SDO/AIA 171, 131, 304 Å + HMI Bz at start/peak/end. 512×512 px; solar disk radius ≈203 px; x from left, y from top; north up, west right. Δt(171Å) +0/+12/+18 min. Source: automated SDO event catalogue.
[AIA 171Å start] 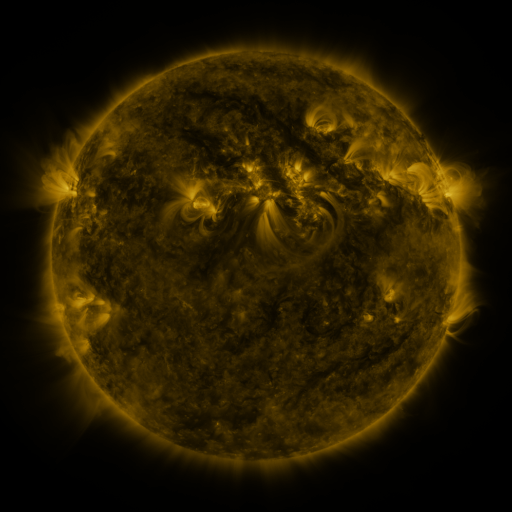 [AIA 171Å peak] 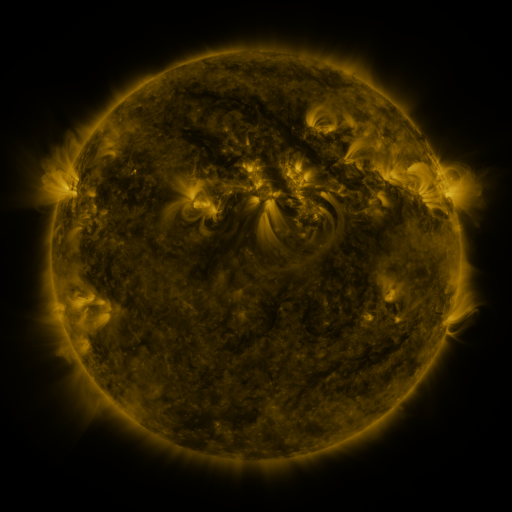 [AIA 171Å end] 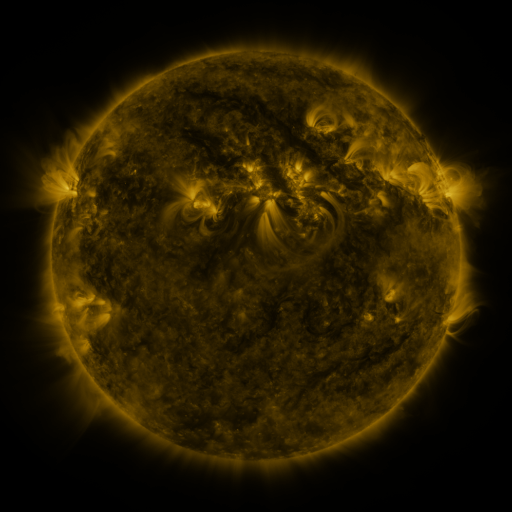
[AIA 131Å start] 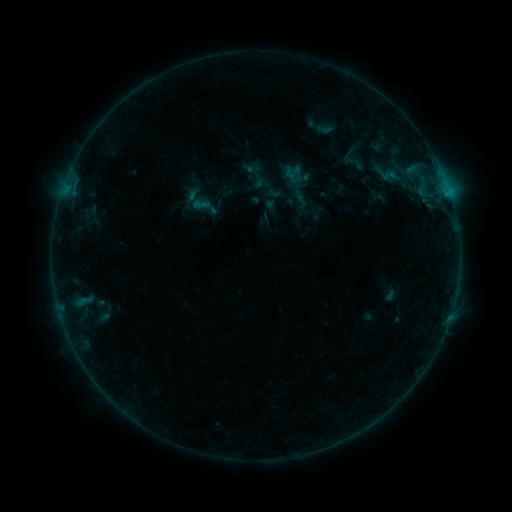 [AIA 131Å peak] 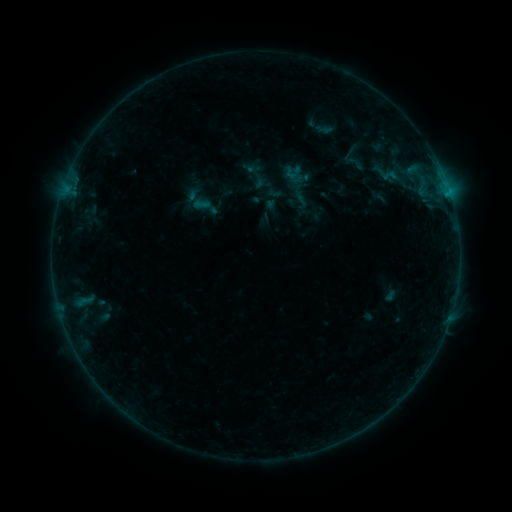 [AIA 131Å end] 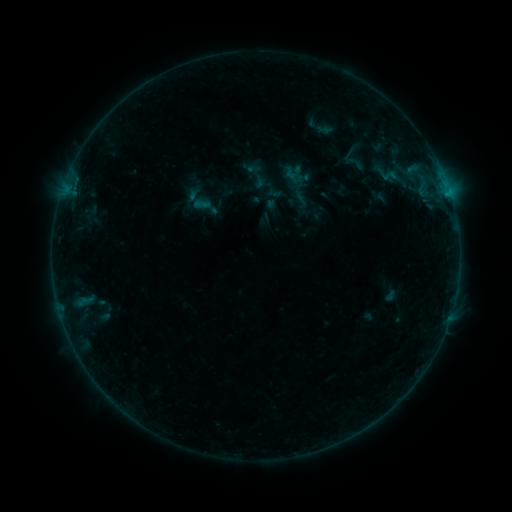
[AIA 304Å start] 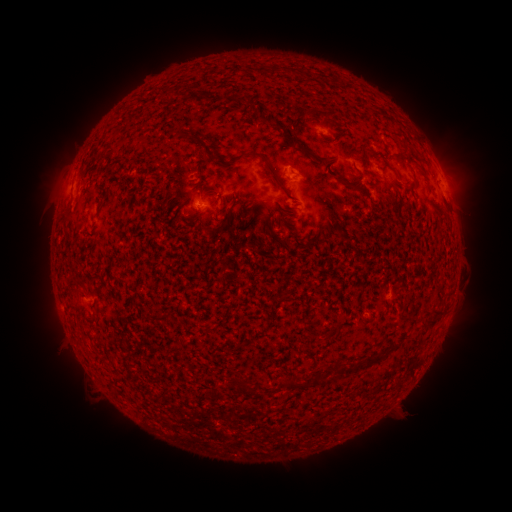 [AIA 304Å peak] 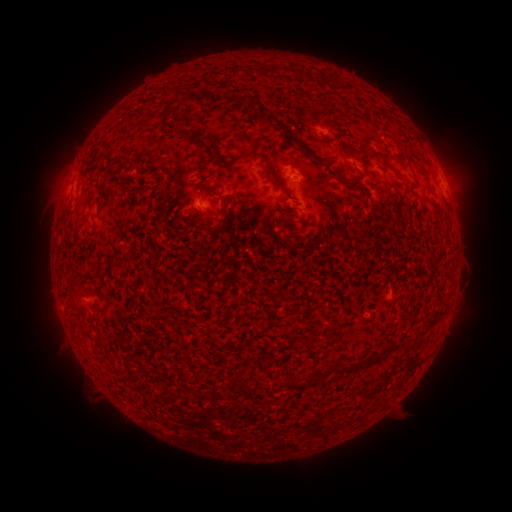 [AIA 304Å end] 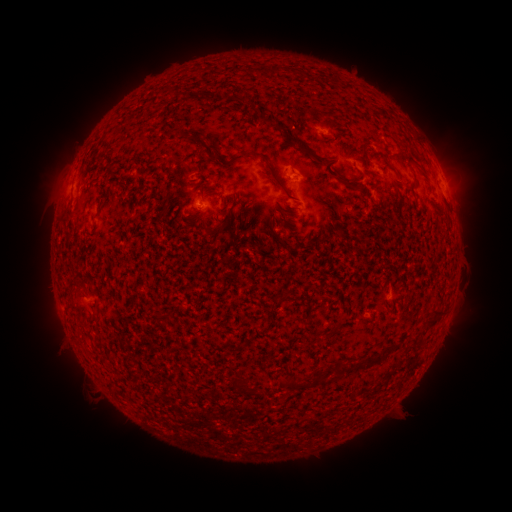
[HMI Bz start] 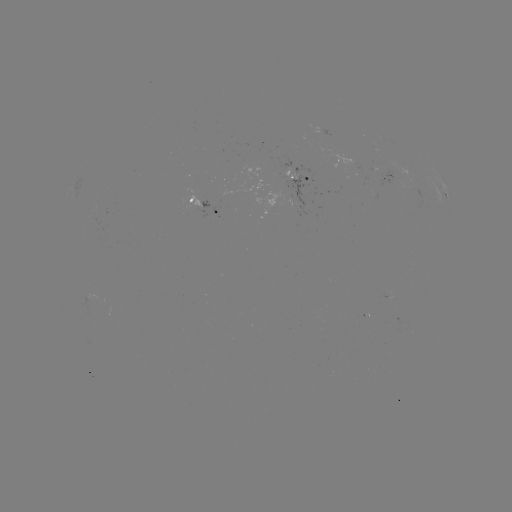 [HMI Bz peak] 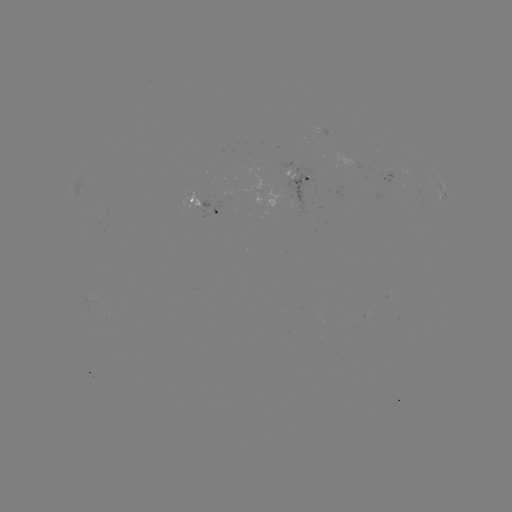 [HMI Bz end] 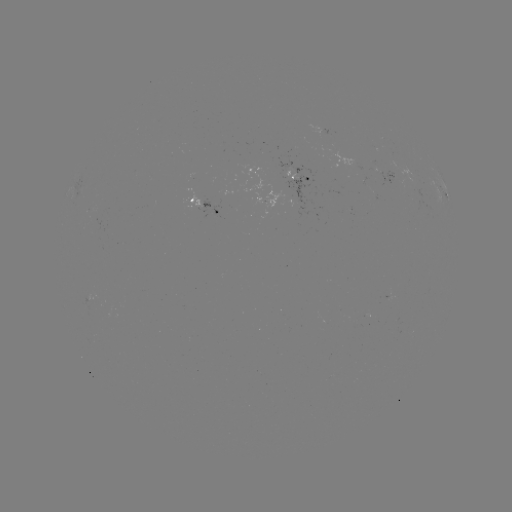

no classed flare was catalogued and no EUV brightening was flagged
